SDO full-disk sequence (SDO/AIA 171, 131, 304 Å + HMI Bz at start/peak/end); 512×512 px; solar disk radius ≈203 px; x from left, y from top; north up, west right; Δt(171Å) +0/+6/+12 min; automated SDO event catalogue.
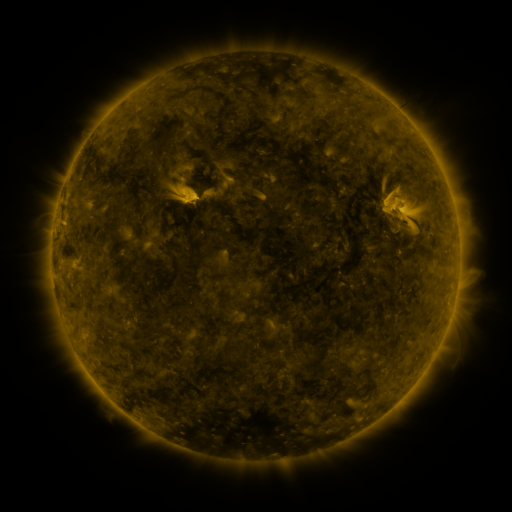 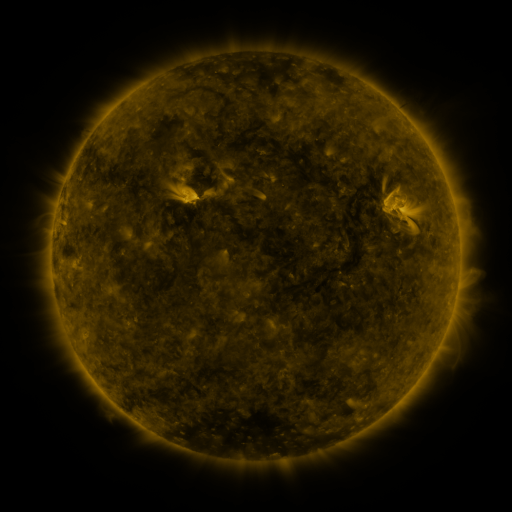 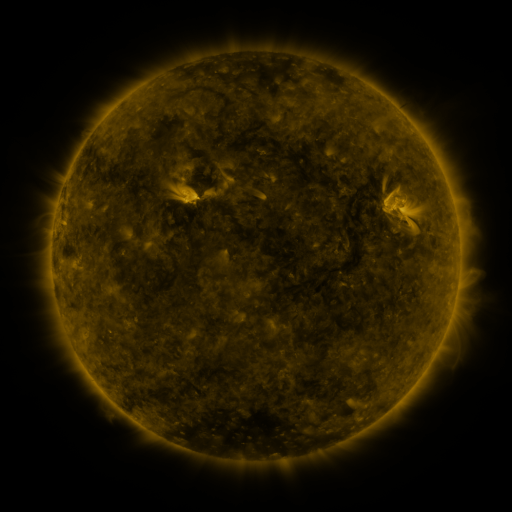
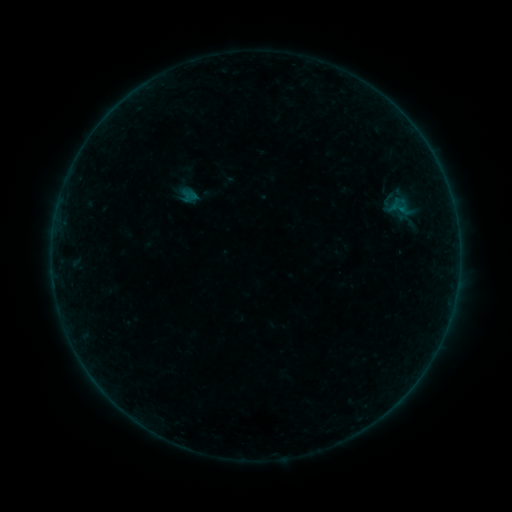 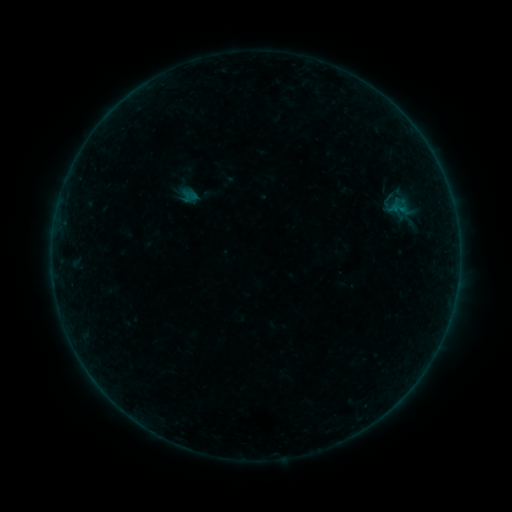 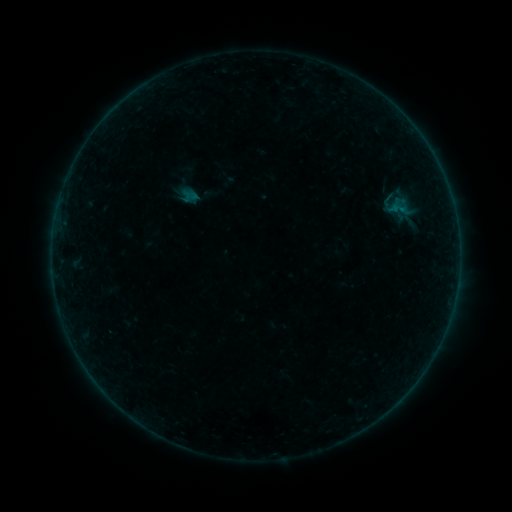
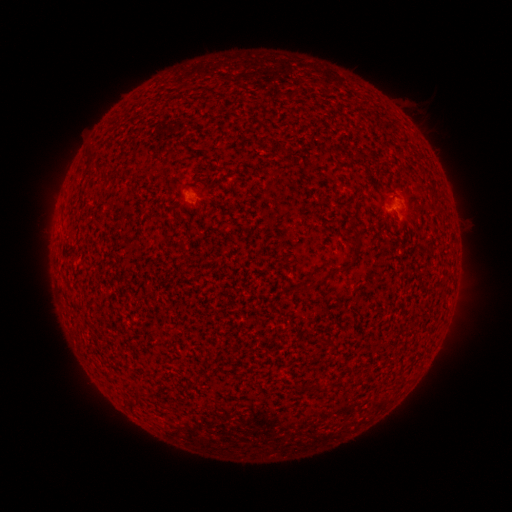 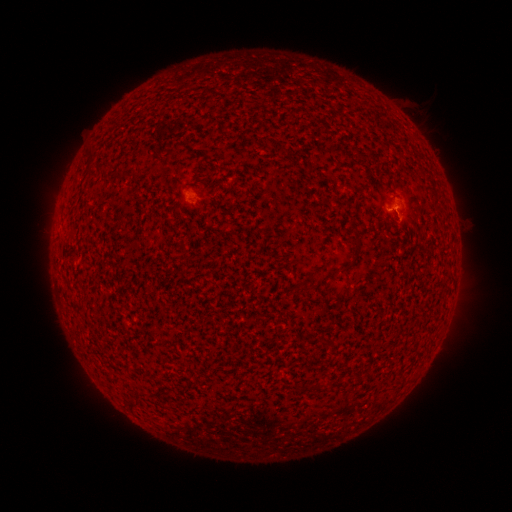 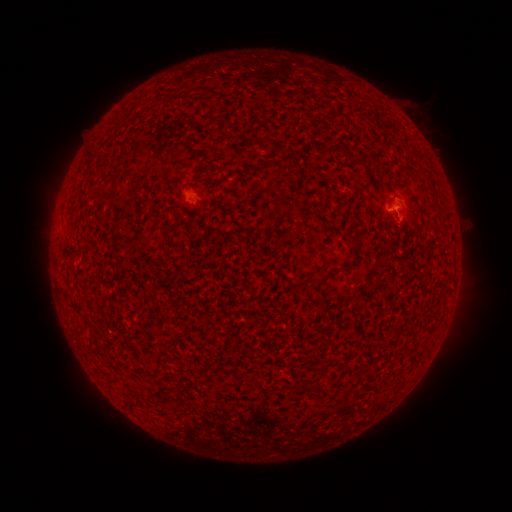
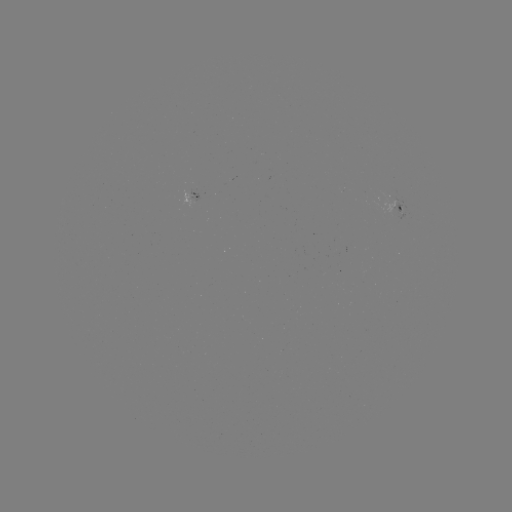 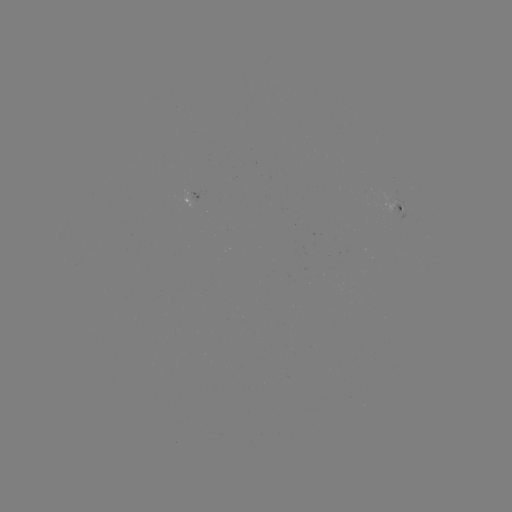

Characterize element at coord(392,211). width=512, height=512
B1.1 flare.